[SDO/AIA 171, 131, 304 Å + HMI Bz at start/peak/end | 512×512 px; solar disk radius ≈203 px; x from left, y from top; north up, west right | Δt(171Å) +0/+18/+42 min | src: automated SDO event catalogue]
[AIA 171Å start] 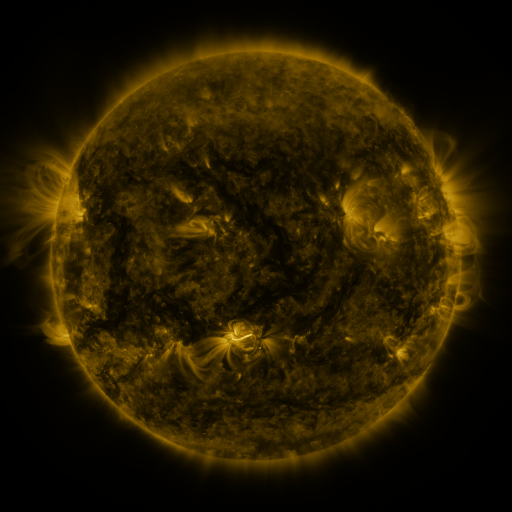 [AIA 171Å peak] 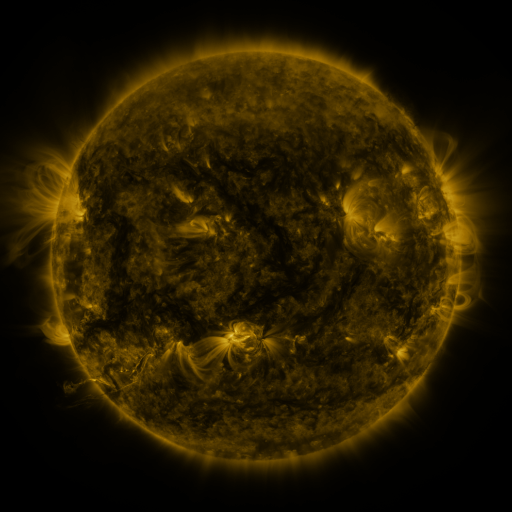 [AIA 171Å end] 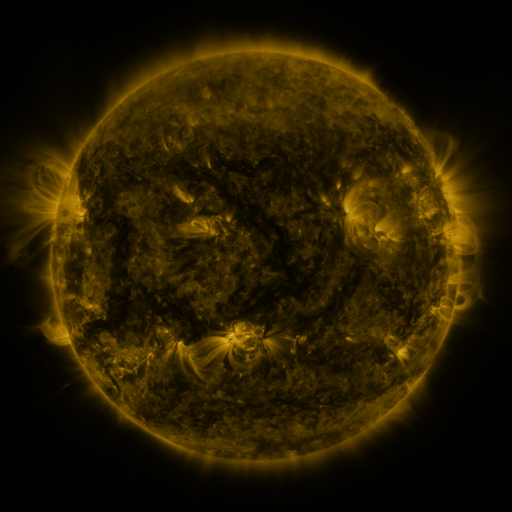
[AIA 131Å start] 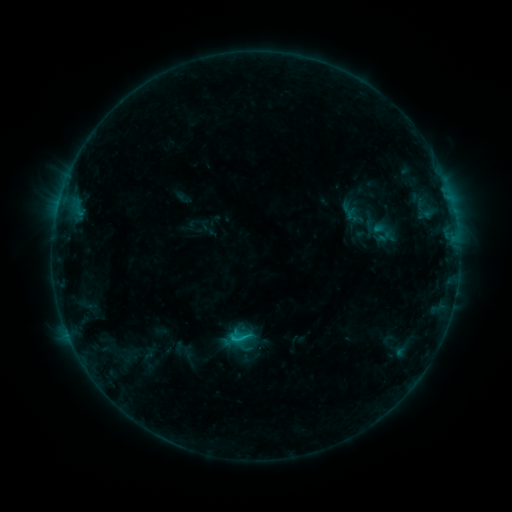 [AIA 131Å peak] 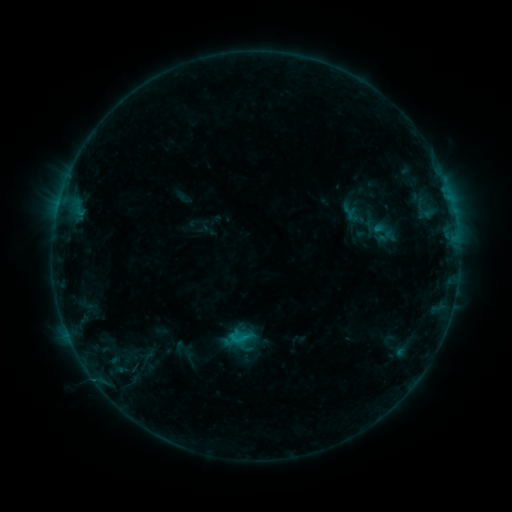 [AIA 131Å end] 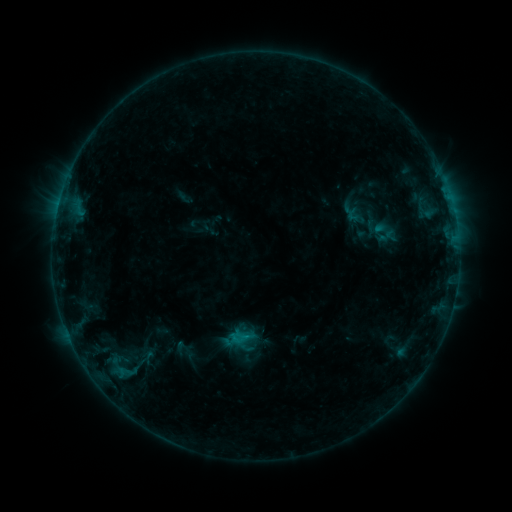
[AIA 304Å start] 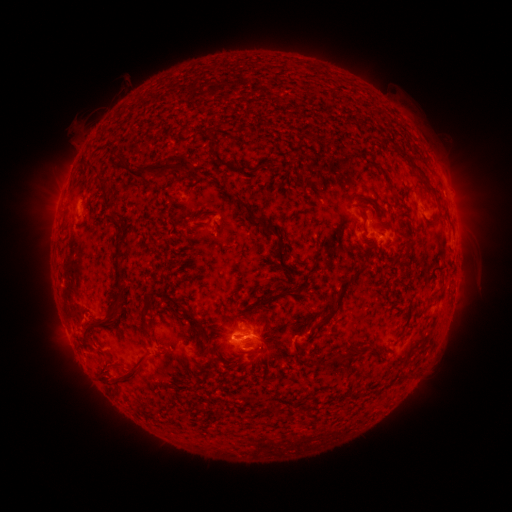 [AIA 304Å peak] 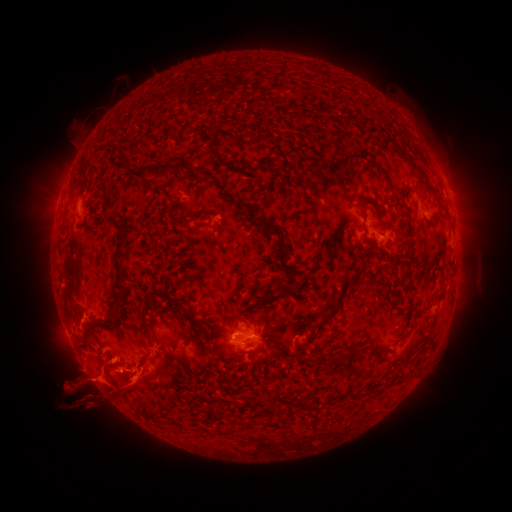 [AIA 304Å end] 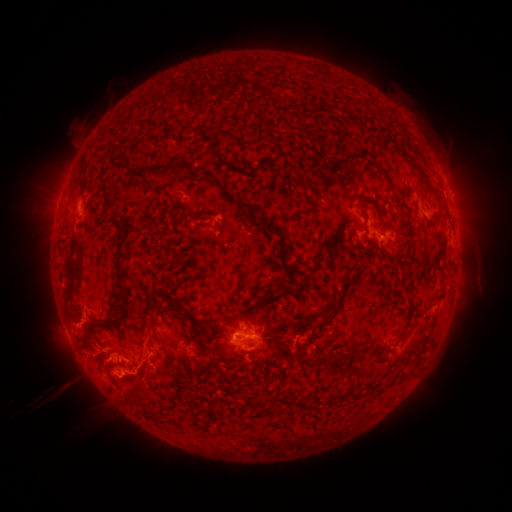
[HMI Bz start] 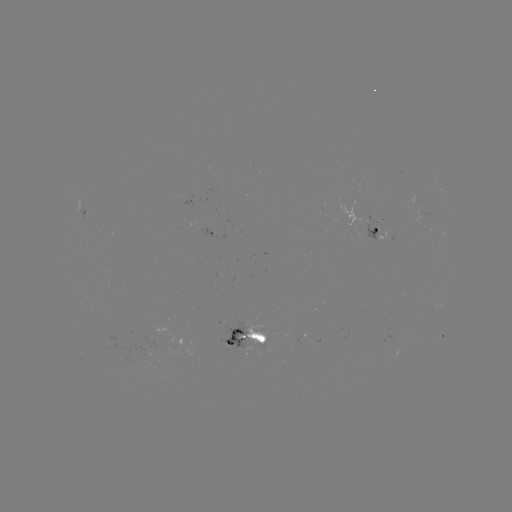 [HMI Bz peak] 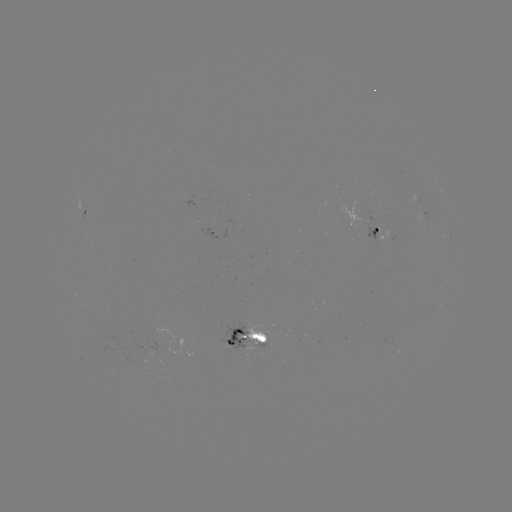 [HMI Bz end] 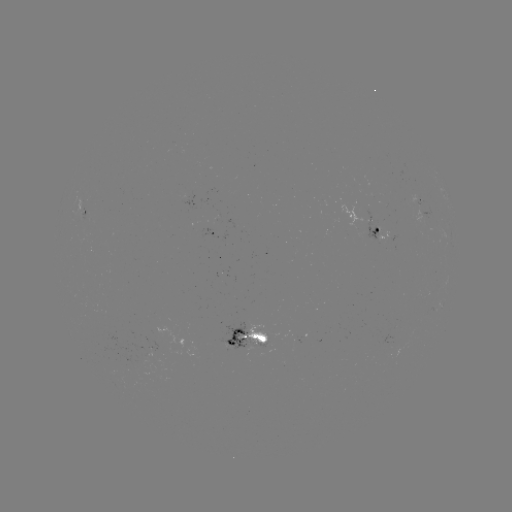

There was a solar eruption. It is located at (116, 380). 